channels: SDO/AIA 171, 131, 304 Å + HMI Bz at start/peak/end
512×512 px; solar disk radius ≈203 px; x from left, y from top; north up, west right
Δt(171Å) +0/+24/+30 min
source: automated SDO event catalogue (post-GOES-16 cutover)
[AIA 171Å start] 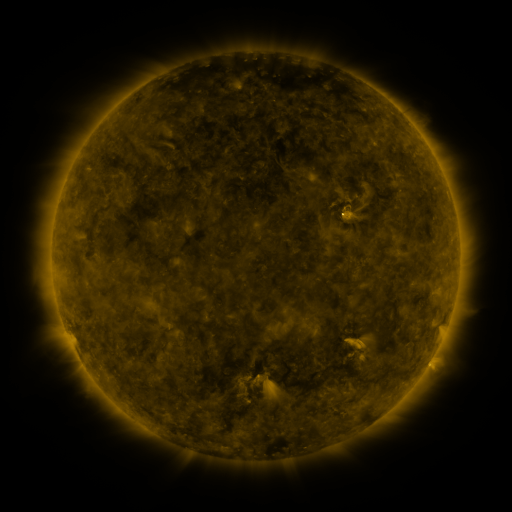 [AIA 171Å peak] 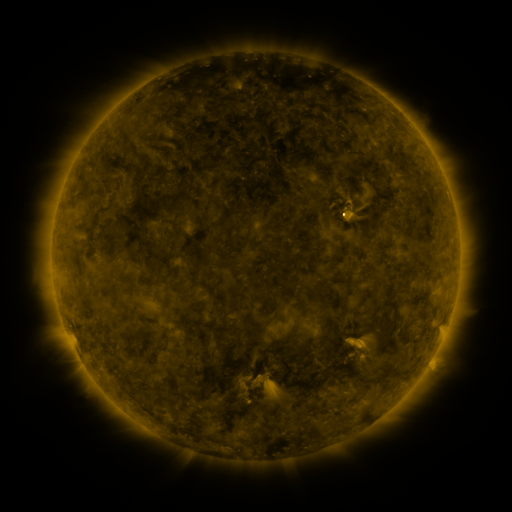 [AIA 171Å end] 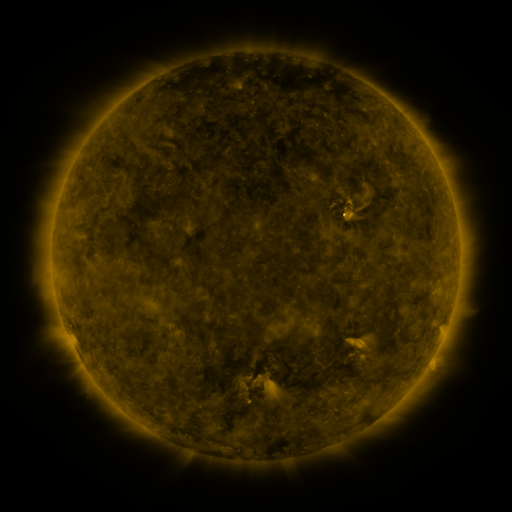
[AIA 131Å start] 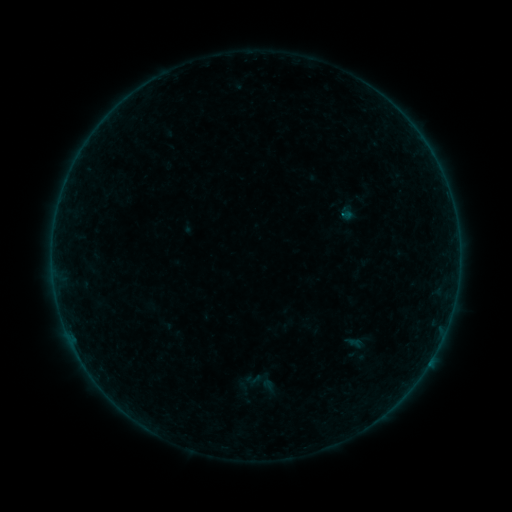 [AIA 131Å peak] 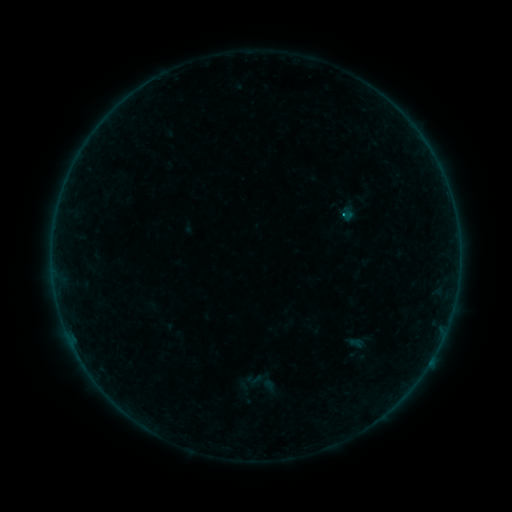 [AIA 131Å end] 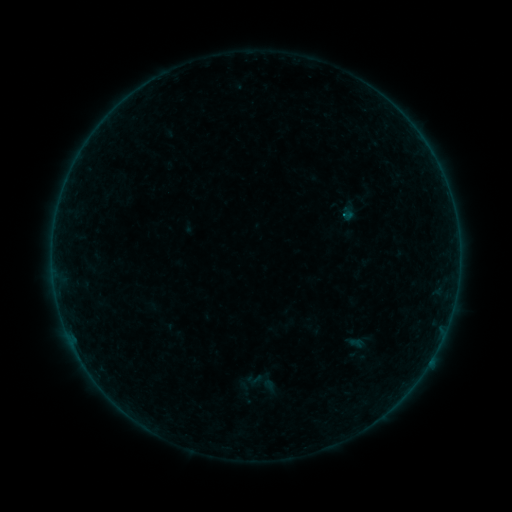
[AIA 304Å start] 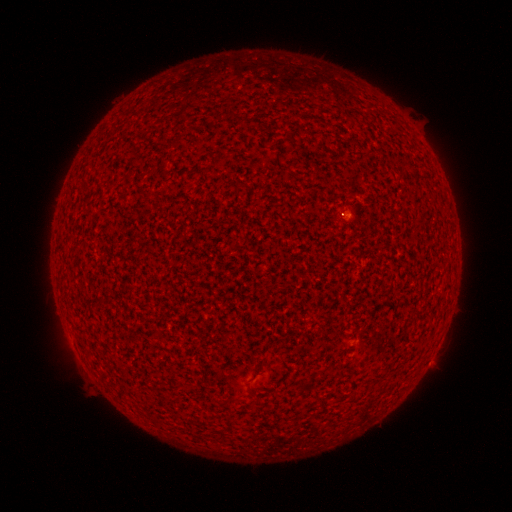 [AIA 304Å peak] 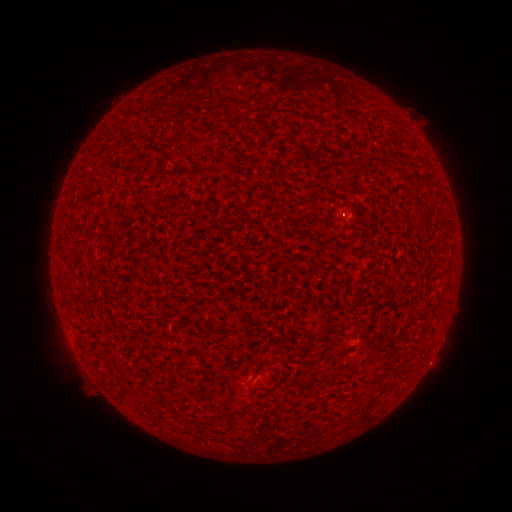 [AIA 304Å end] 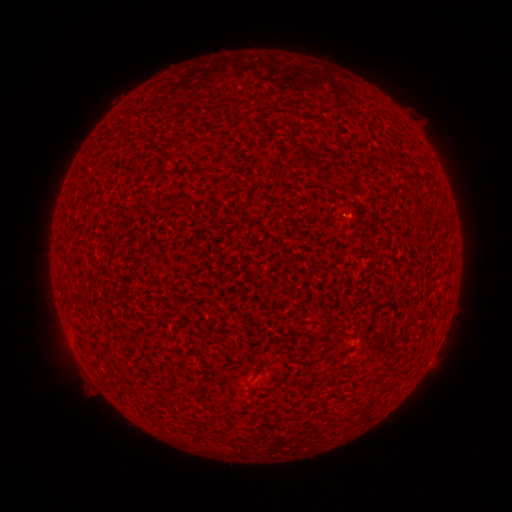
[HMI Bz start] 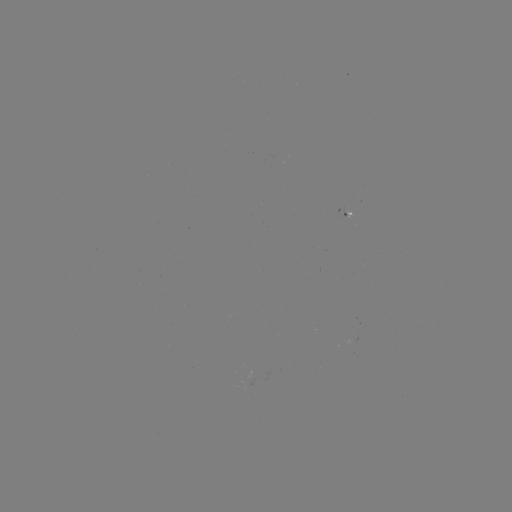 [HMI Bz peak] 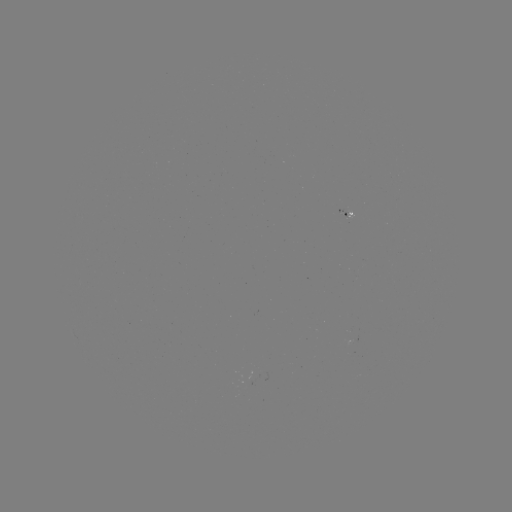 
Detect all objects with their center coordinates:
A3.1 flare: (344, 217)
